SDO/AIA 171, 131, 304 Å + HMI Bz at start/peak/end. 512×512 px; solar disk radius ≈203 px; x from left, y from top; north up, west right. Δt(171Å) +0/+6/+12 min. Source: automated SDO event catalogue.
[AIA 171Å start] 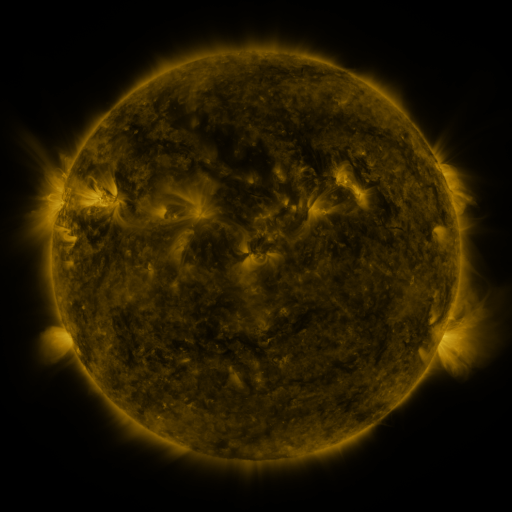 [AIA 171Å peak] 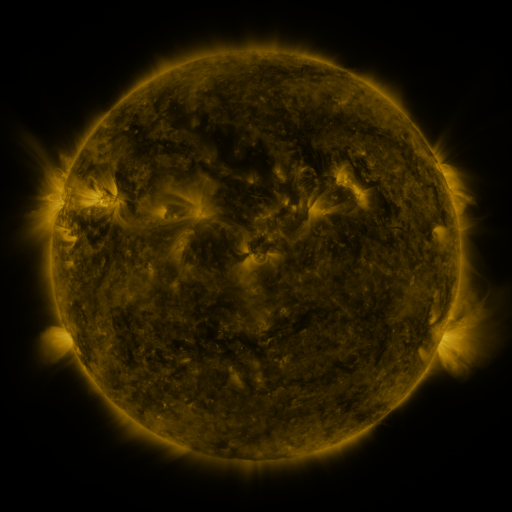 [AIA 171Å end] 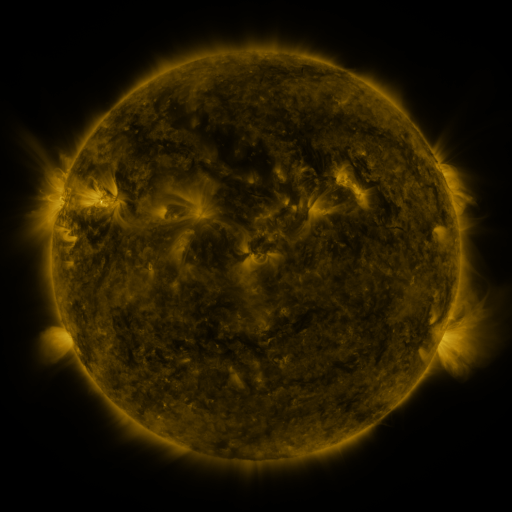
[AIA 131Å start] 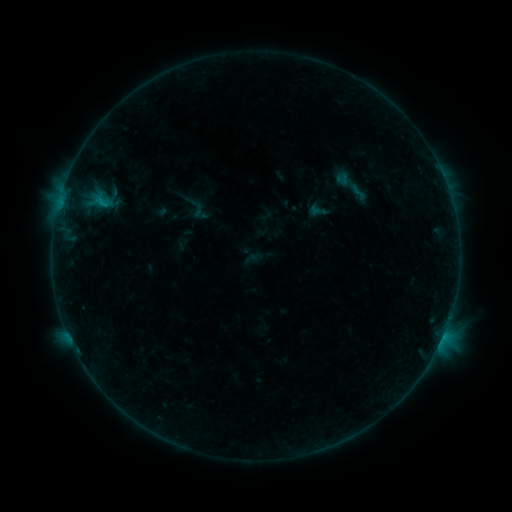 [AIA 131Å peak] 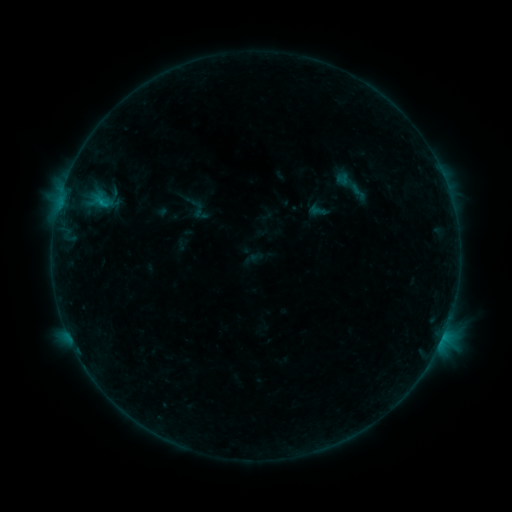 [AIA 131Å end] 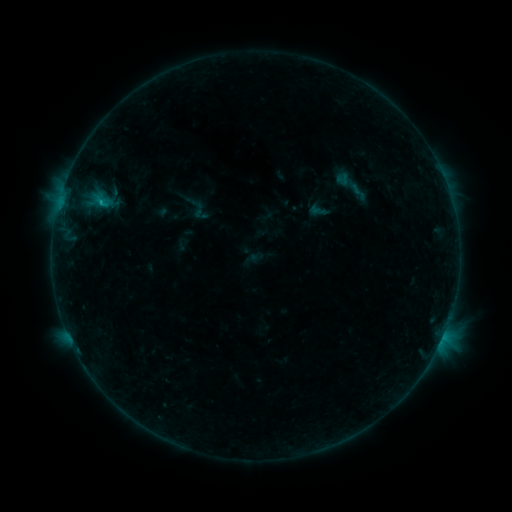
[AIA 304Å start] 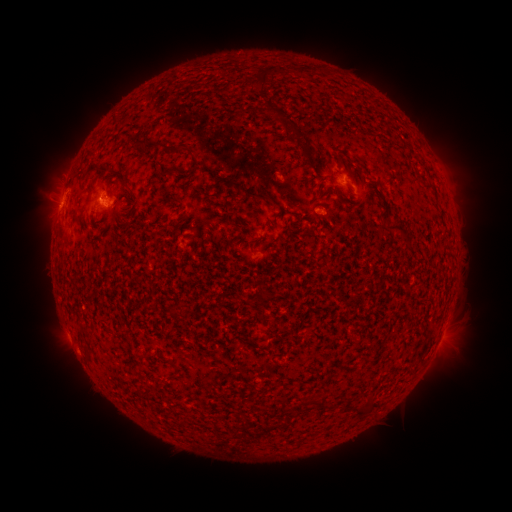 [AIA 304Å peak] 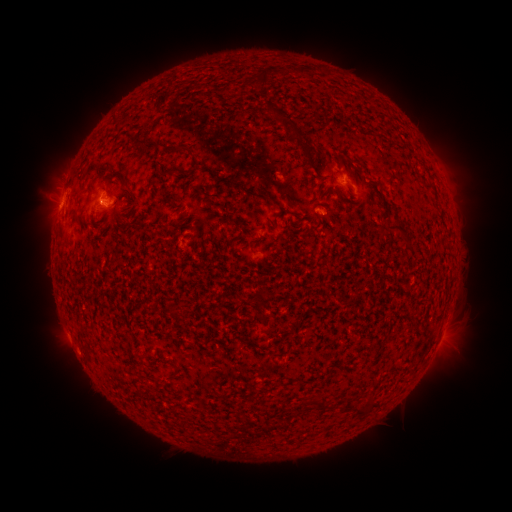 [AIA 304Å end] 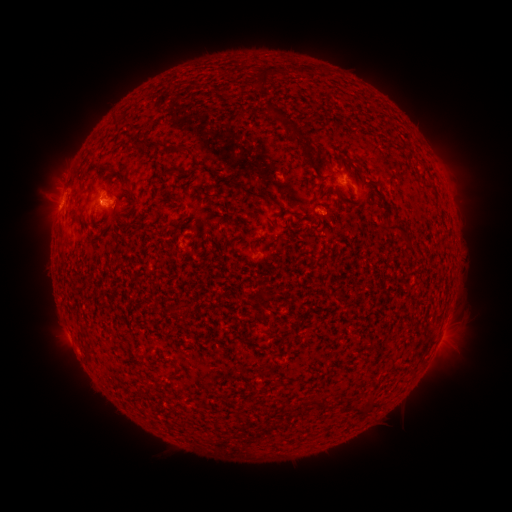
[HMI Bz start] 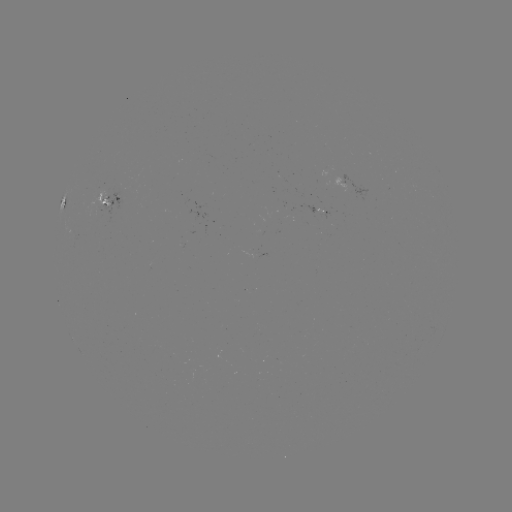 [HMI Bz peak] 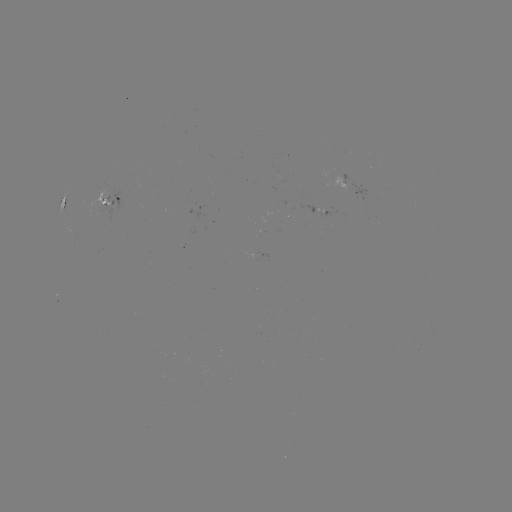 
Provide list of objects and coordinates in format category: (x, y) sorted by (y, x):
B6.9 flare: (101, 204)
